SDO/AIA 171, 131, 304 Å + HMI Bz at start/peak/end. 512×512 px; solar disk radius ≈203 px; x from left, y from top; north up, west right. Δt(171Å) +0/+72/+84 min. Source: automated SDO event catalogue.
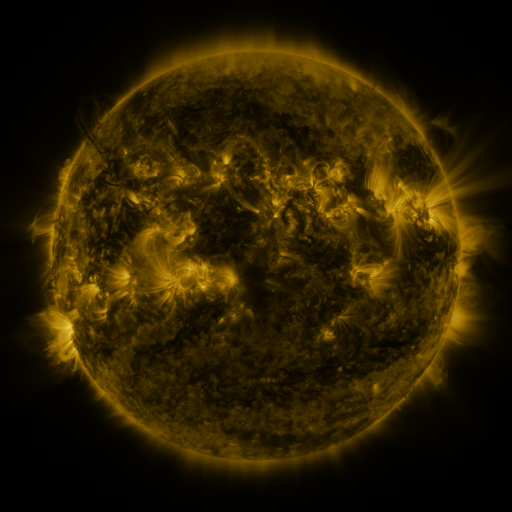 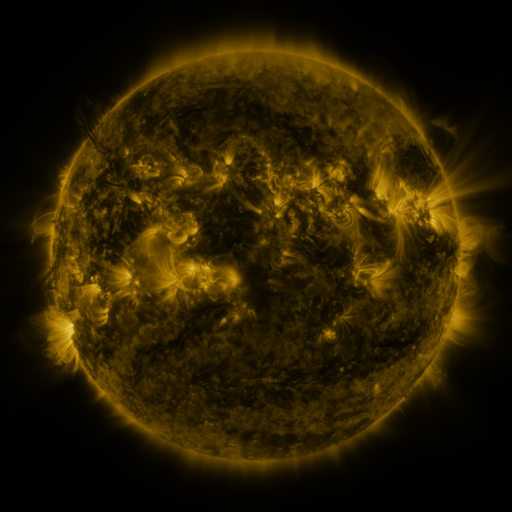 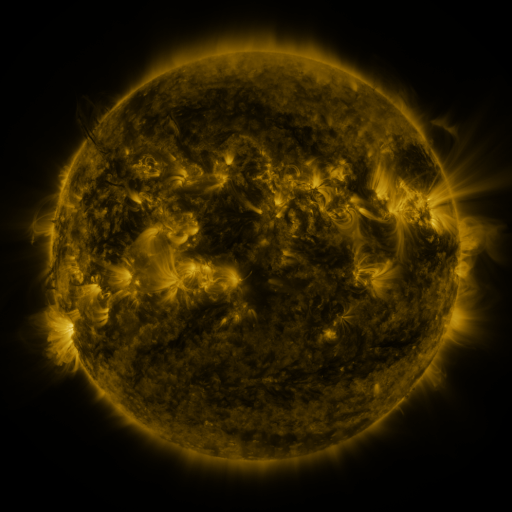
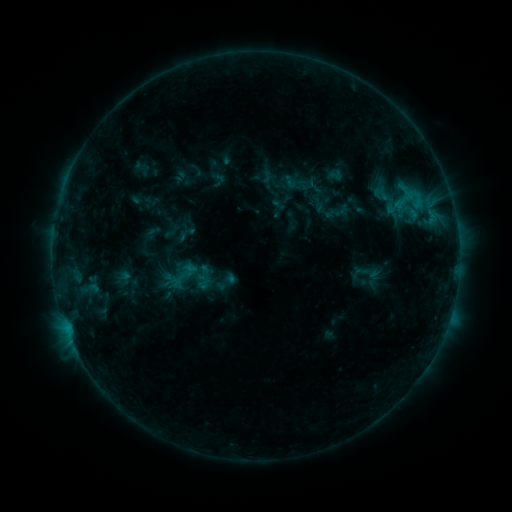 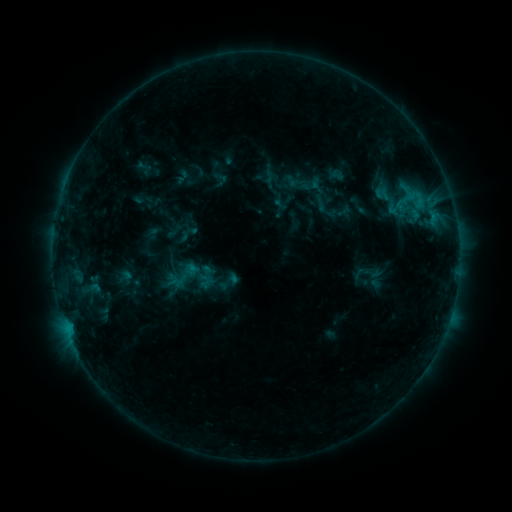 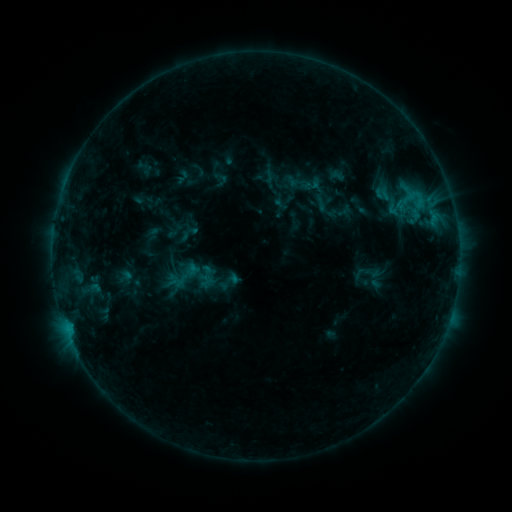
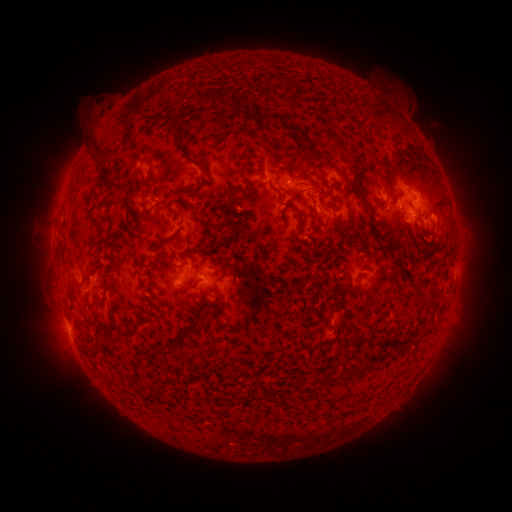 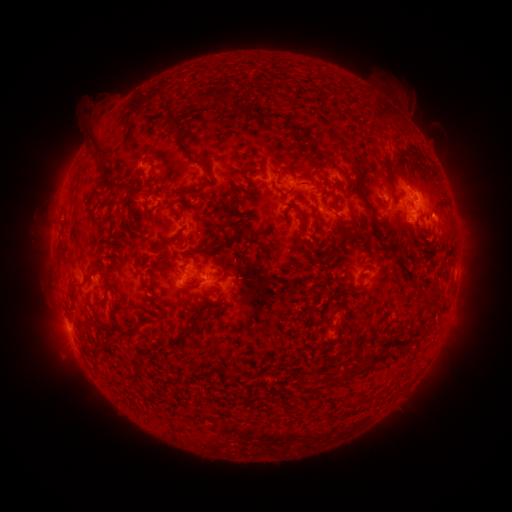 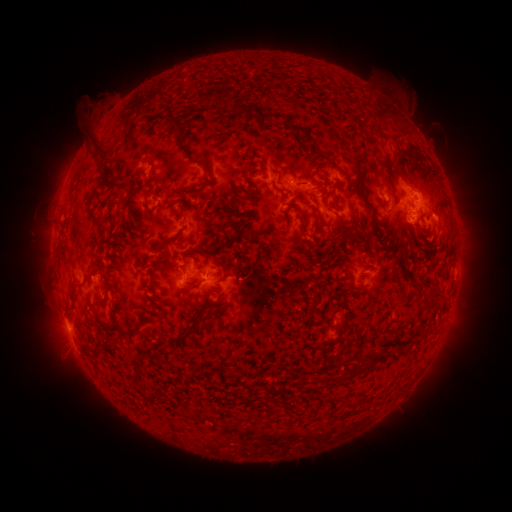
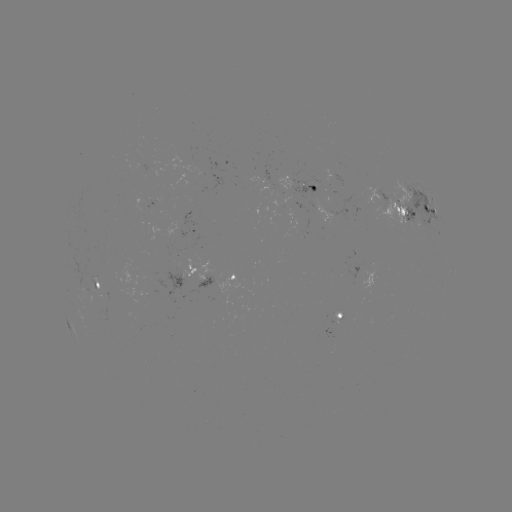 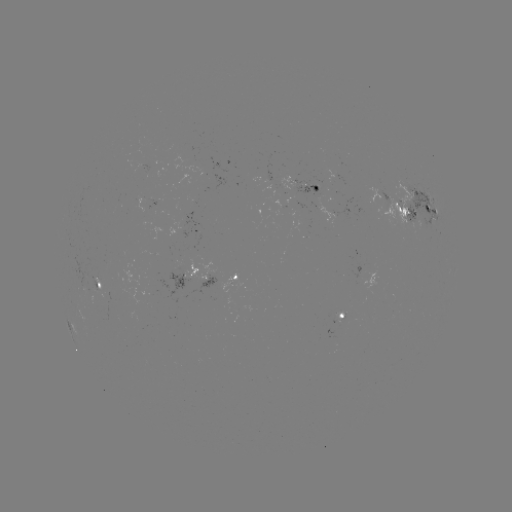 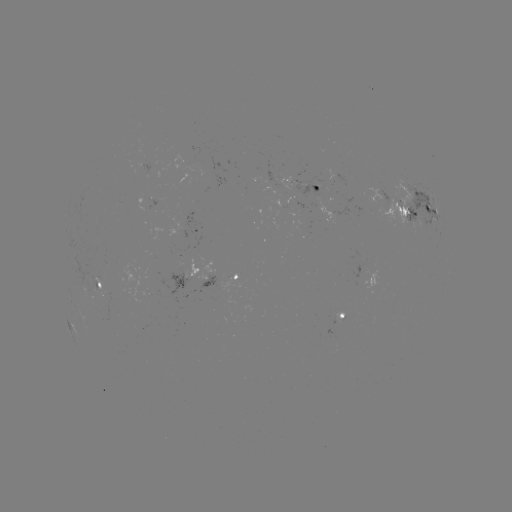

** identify emerging-flux region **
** [97, 283] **